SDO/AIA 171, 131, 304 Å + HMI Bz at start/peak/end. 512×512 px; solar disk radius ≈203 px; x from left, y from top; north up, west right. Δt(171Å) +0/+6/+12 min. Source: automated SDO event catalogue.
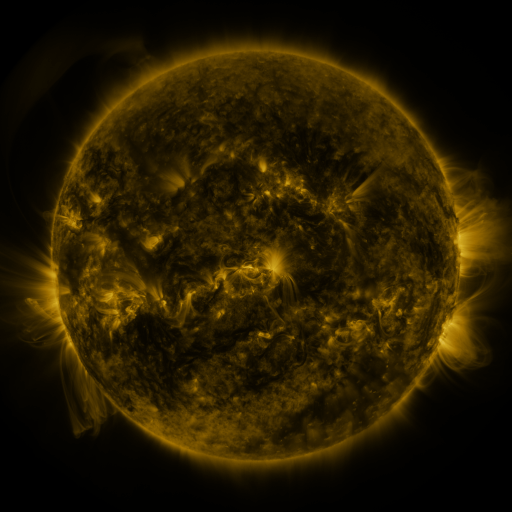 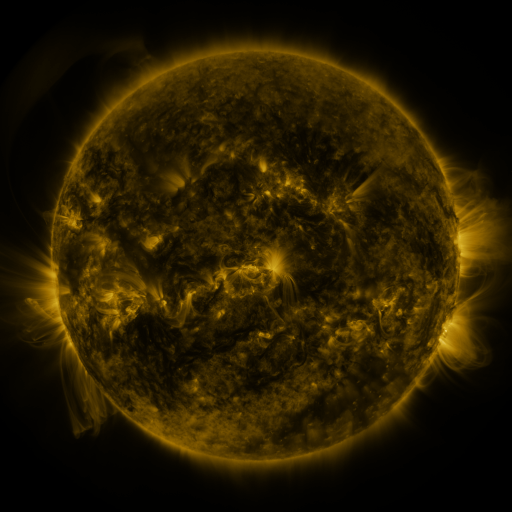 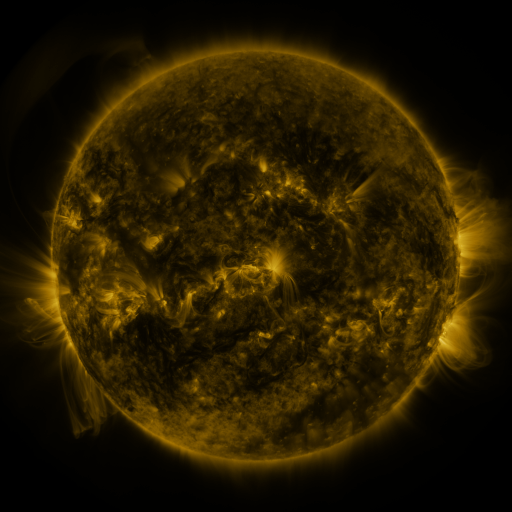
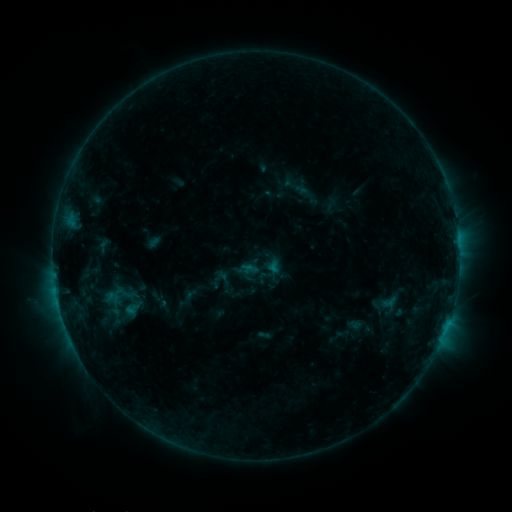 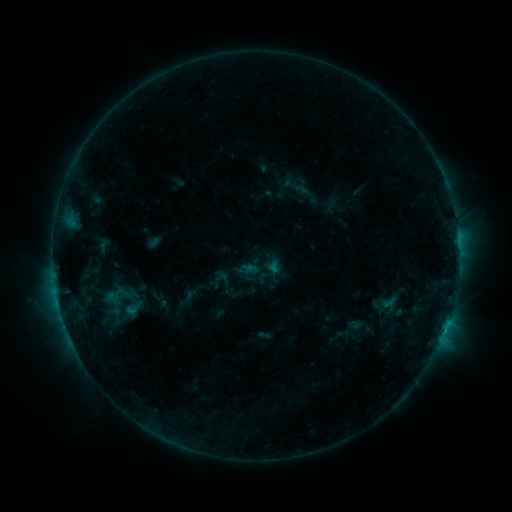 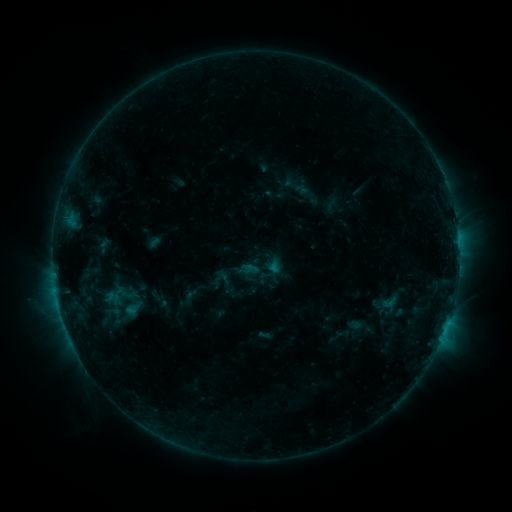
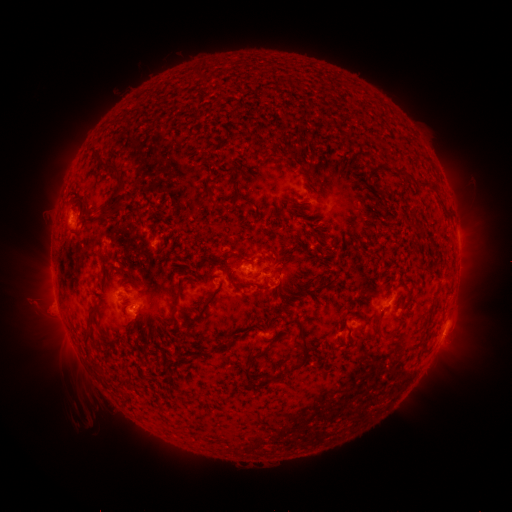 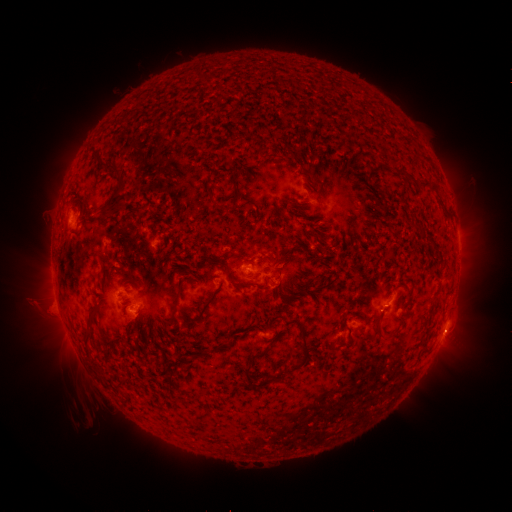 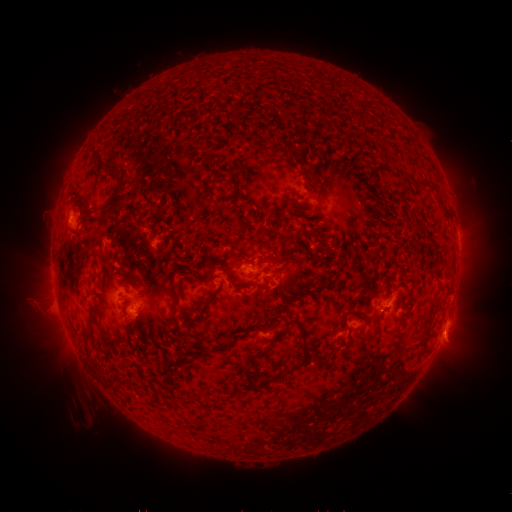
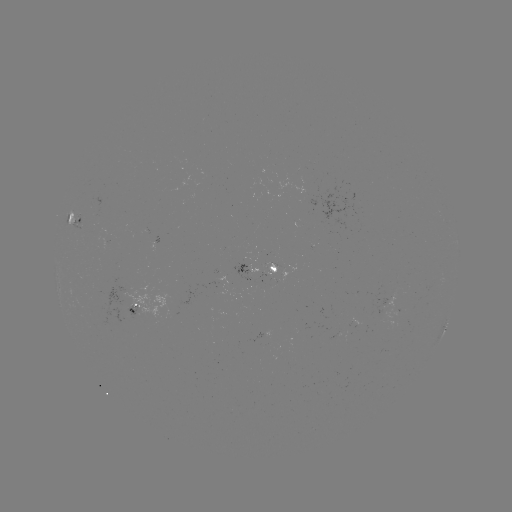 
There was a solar eruption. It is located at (452, 333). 